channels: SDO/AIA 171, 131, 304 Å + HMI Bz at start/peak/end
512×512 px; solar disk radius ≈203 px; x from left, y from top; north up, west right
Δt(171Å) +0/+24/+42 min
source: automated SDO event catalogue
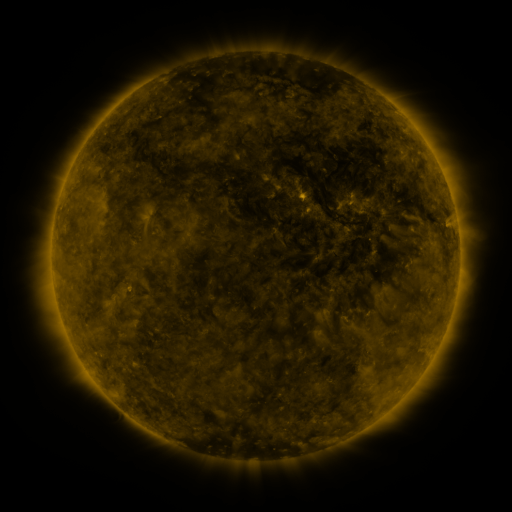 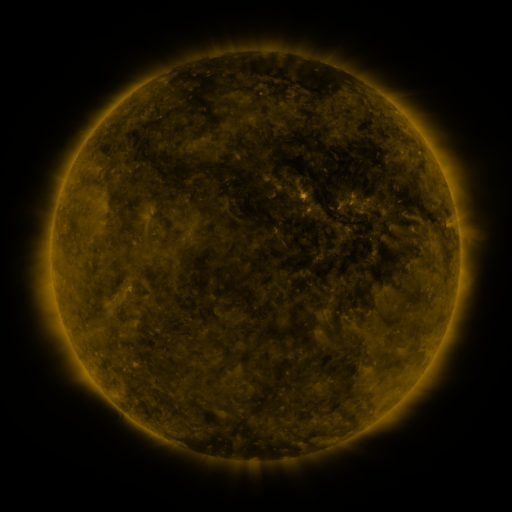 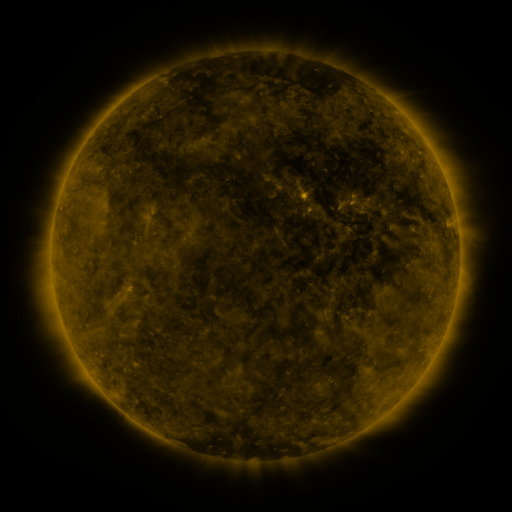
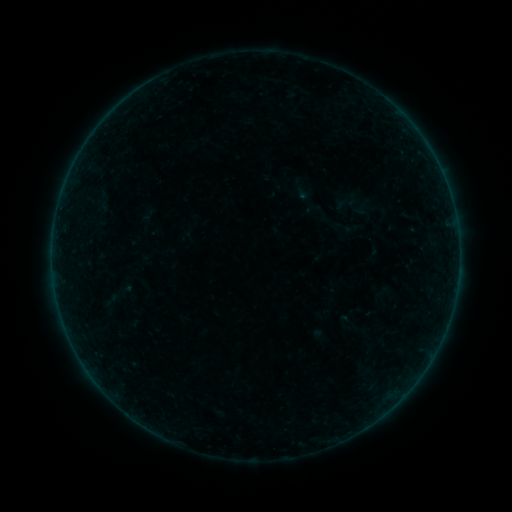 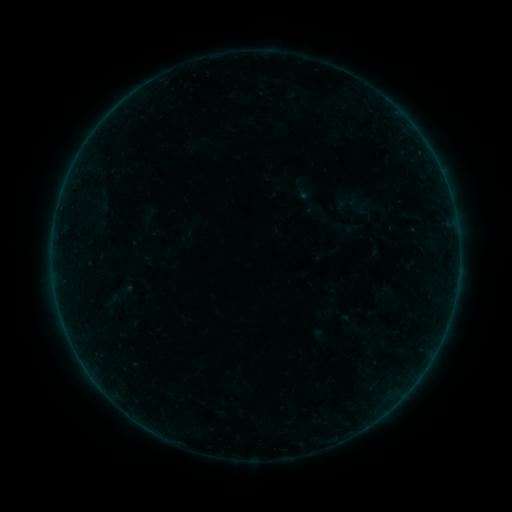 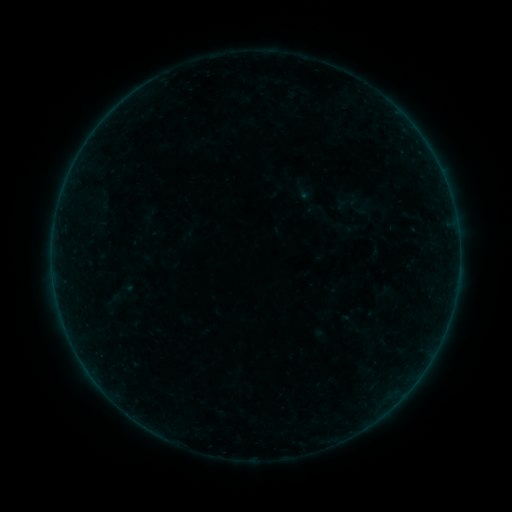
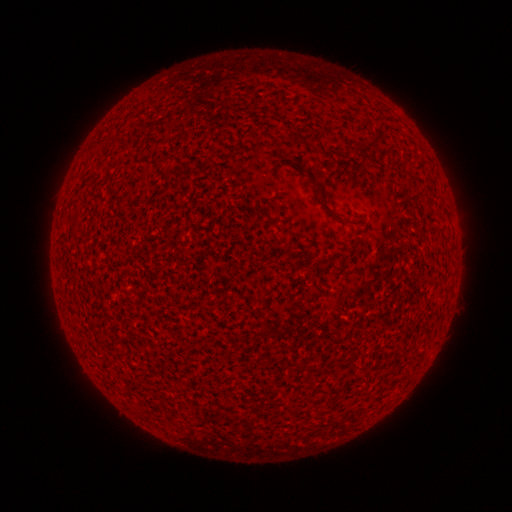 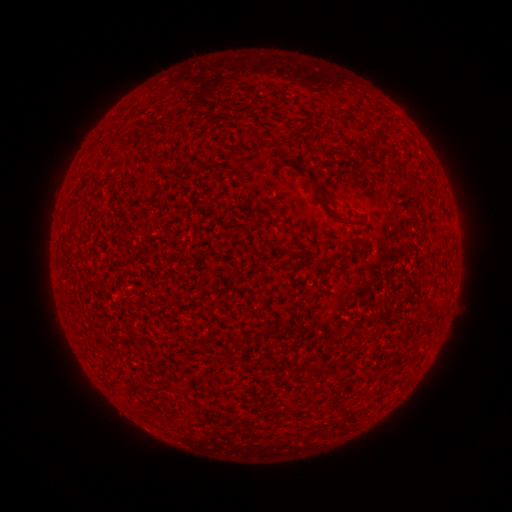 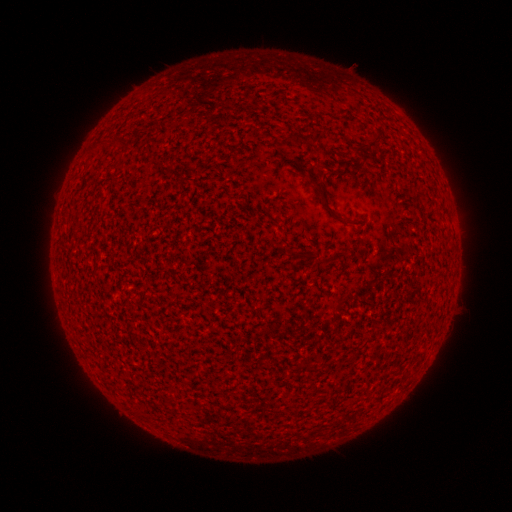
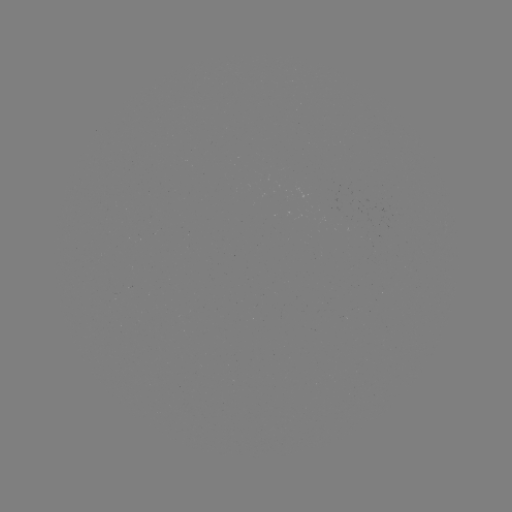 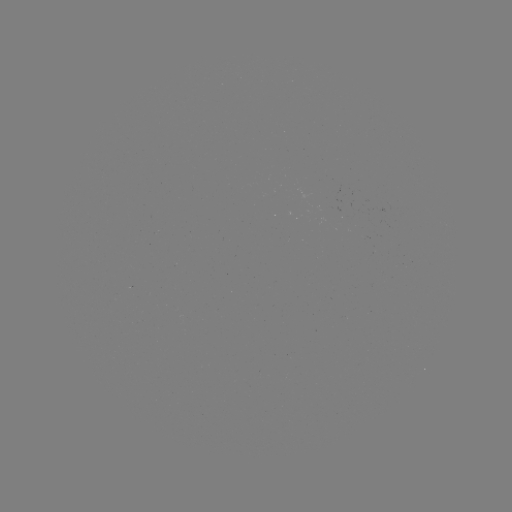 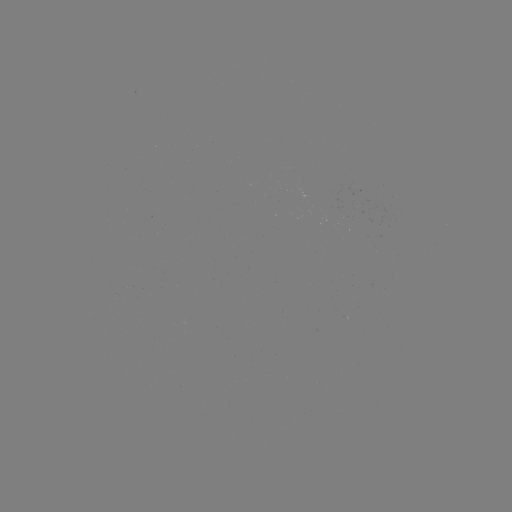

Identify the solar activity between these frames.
nothing was catalogued: no classed flare, no EUV trigger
